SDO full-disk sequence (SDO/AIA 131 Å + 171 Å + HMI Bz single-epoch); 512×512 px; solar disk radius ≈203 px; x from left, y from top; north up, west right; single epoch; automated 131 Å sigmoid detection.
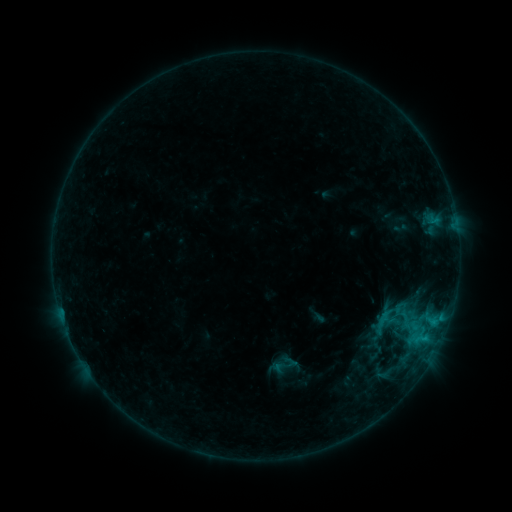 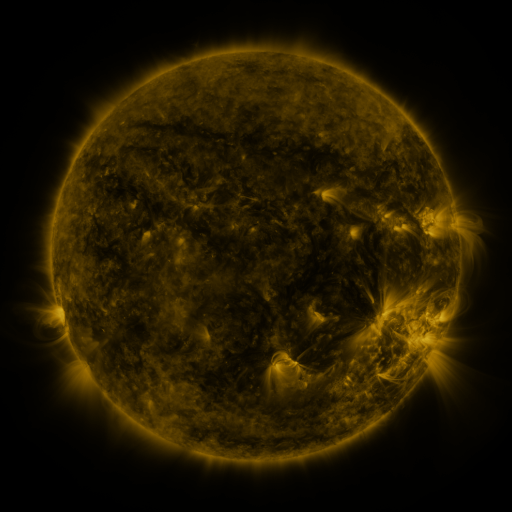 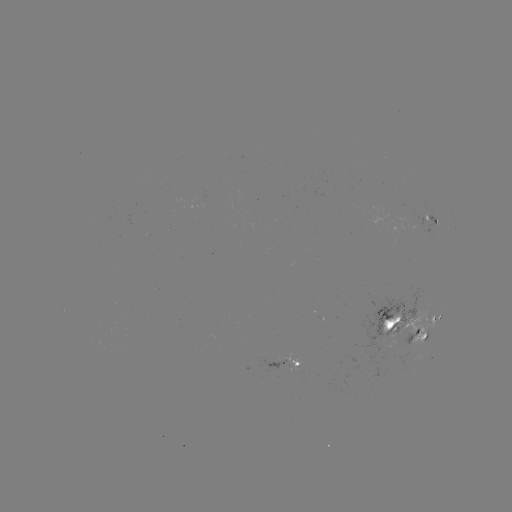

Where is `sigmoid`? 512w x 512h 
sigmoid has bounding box [382, 305, 406, 329].